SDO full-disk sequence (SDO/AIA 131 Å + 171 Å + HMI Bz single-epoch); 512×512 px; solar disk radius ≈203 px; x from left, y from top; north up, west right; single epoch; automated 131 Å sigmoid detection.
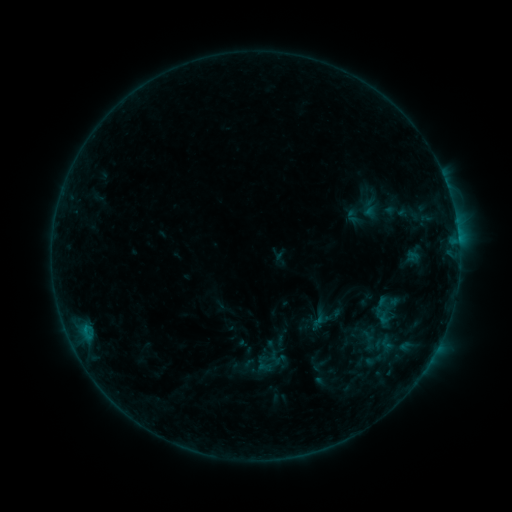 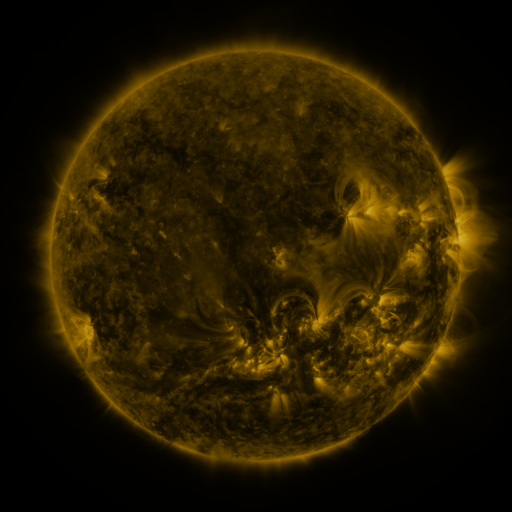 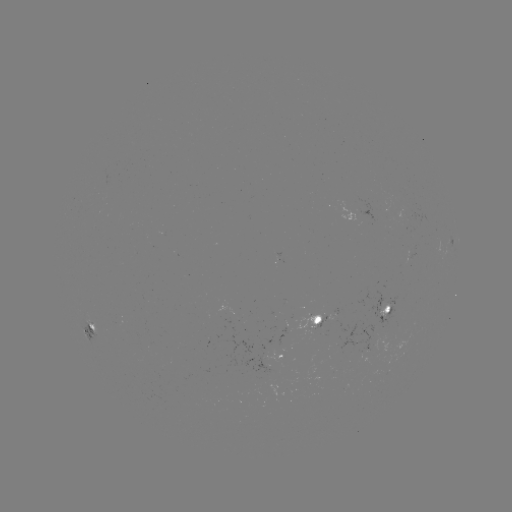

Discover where sigmoid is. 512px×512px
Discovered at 383,312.